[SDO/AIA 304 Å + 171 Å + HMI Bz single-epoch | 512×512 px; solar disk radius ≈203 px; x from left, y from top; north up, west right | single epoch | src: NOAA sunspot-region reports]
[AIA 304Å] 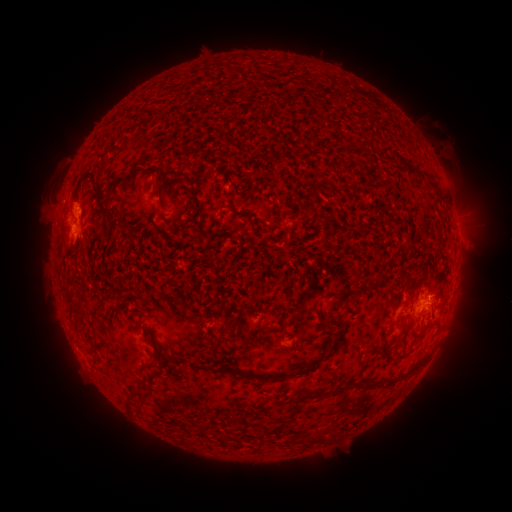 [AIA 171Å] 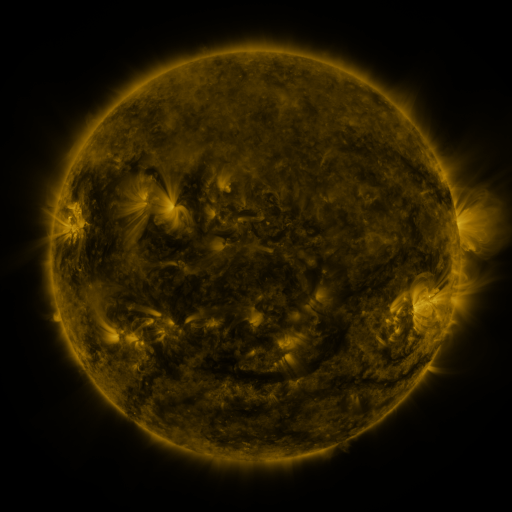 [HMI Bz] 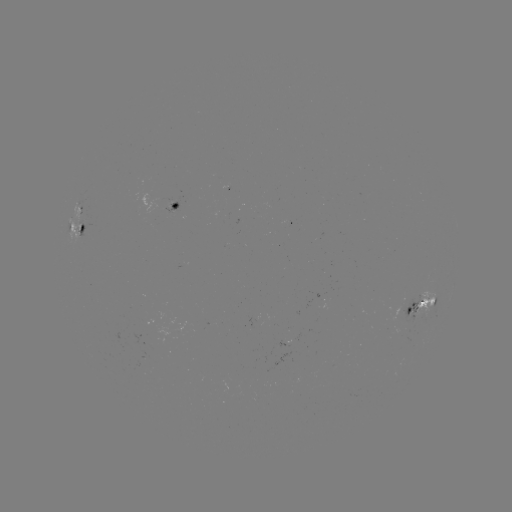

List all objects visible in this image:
spotted active region: (229, 189)
spotted active region: (172, 206)
spotted active region: (81, 226)
spotted active region: (423, 300)
